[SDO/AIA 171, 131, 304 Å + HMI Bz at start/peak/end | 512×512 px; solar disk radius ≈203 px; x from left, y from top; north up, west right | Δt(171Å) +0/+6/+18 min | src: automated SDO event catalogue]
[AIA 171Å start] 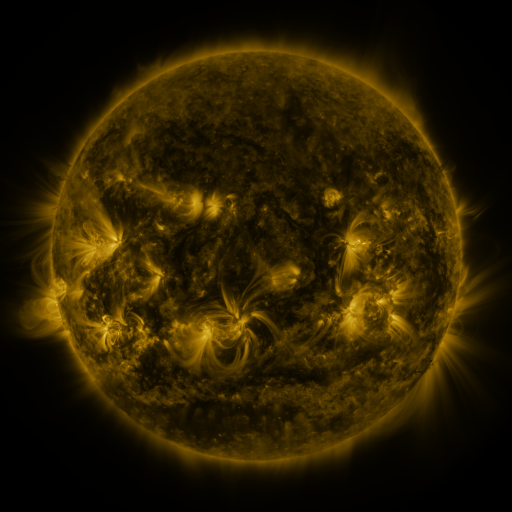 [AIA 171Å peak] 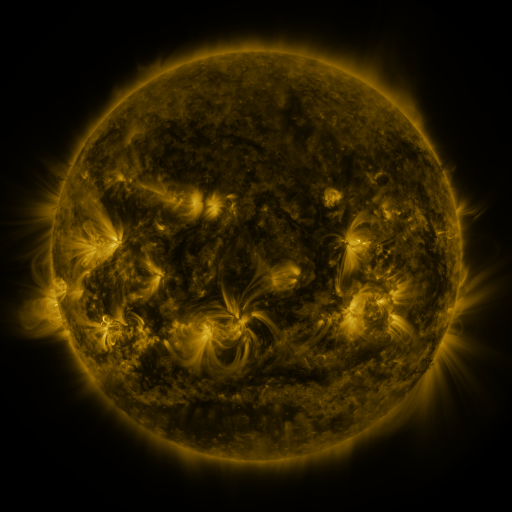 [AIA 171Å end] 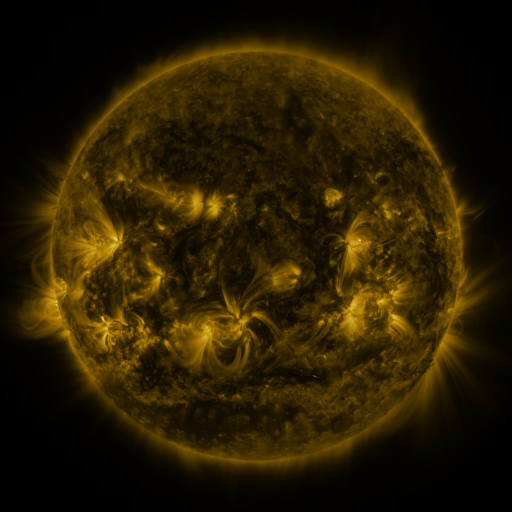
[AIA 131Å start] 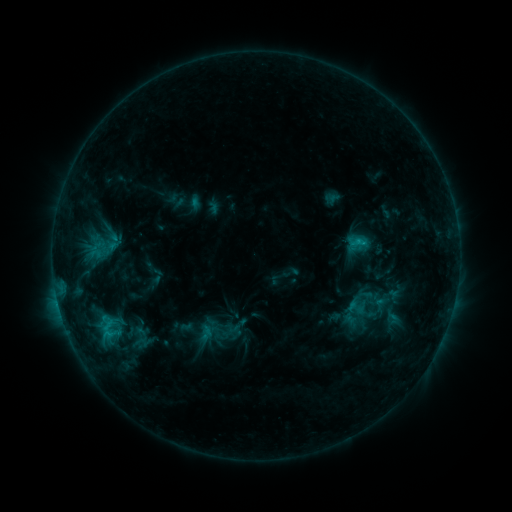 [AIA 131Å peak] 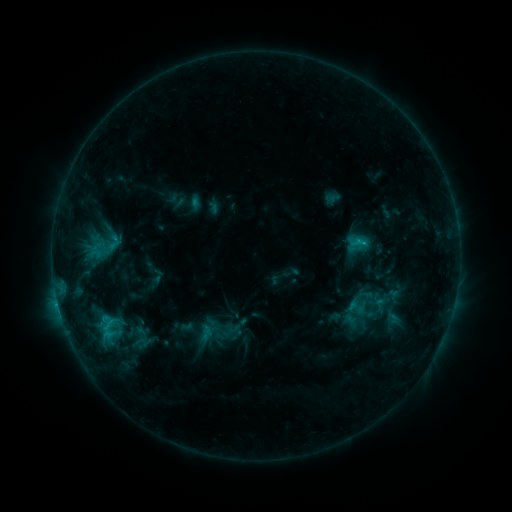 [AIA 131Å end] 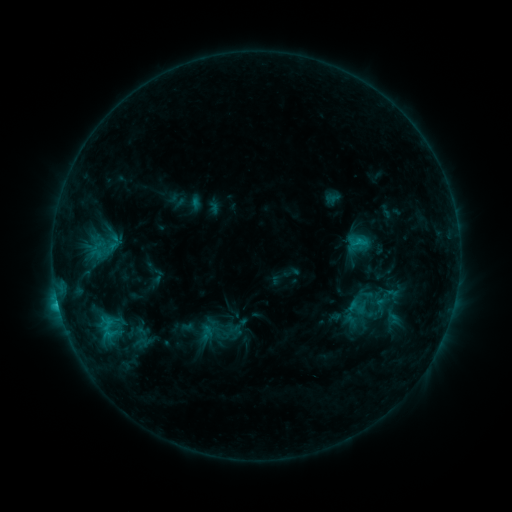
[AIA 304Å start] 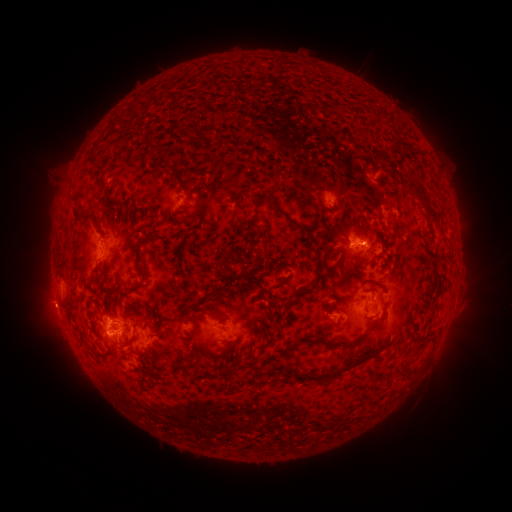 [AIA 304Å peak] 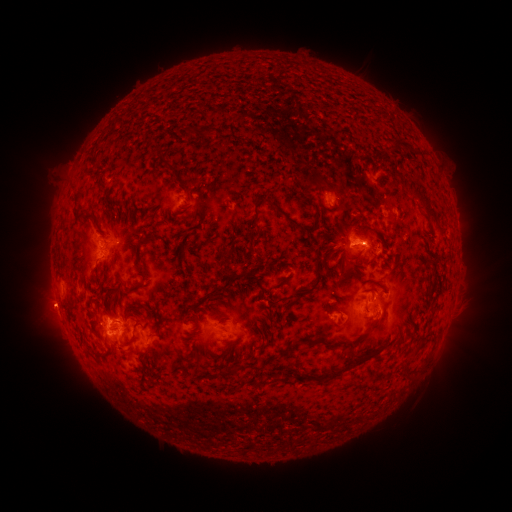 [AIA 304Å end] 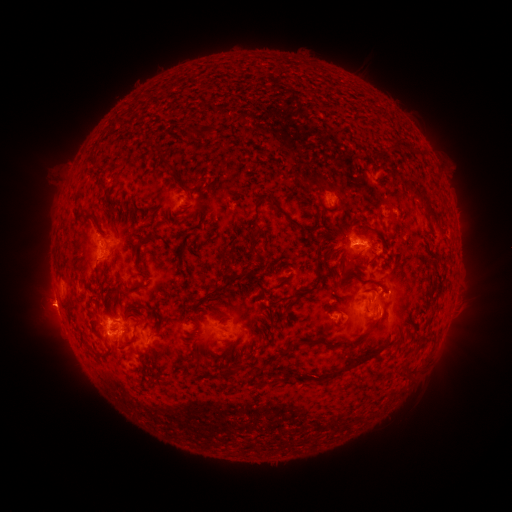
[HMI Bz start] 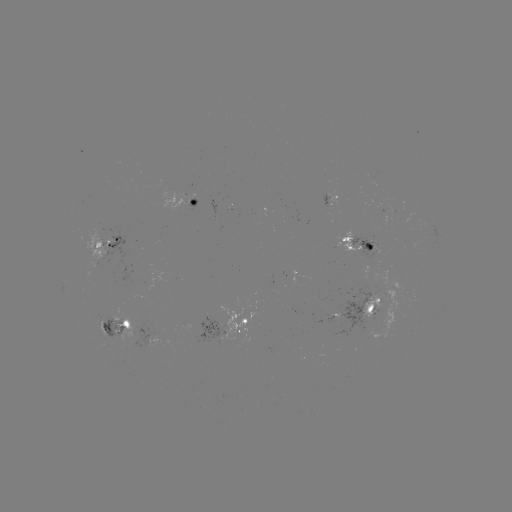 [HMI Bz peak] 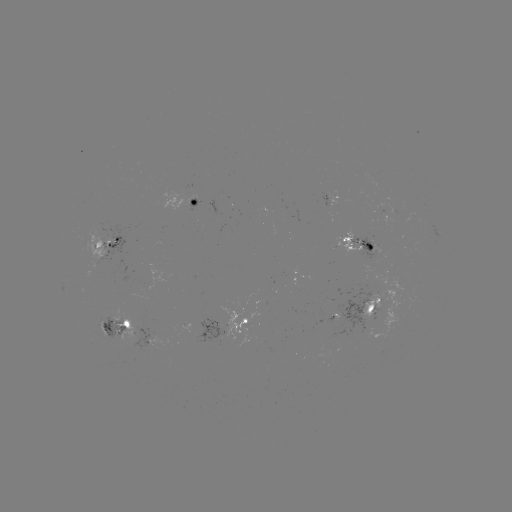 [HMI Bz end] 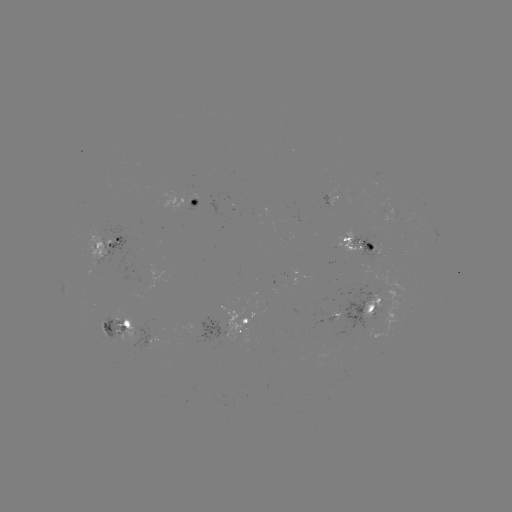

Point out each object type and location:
eruption: (49, 309)
